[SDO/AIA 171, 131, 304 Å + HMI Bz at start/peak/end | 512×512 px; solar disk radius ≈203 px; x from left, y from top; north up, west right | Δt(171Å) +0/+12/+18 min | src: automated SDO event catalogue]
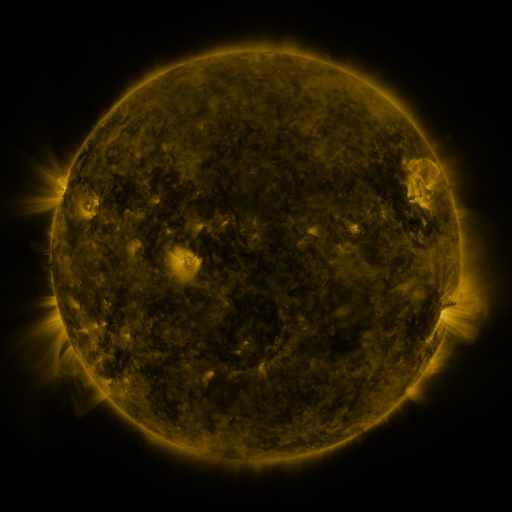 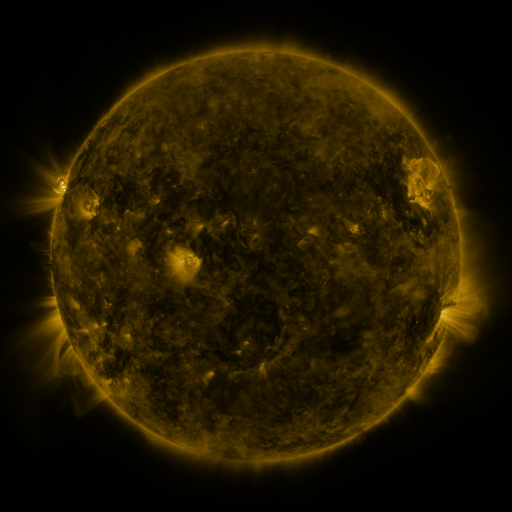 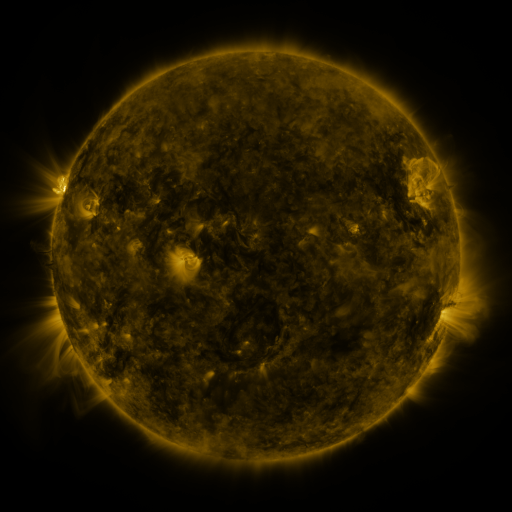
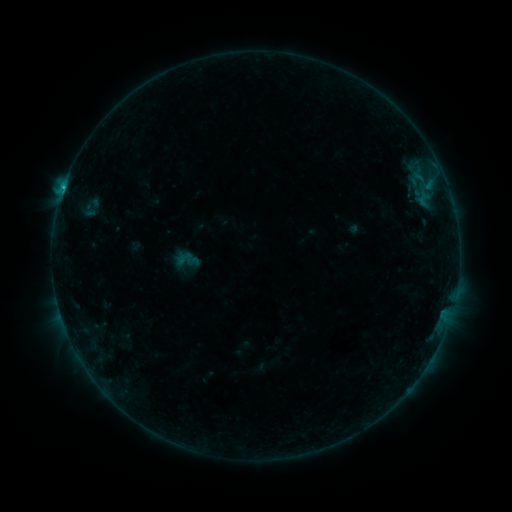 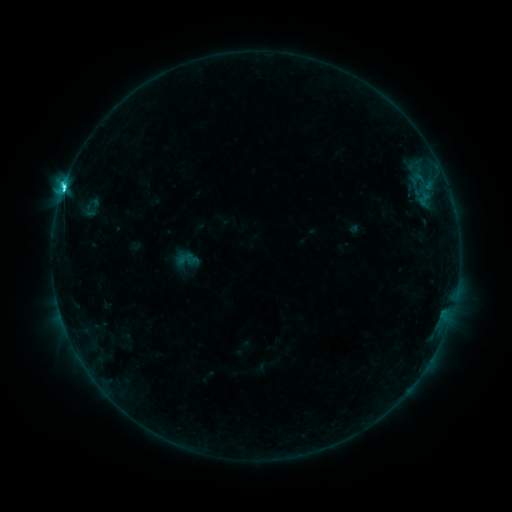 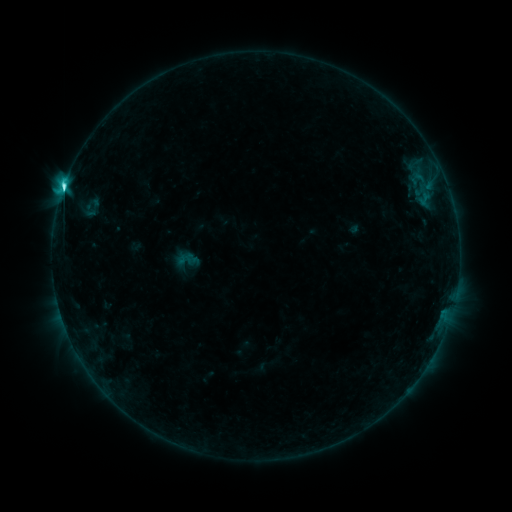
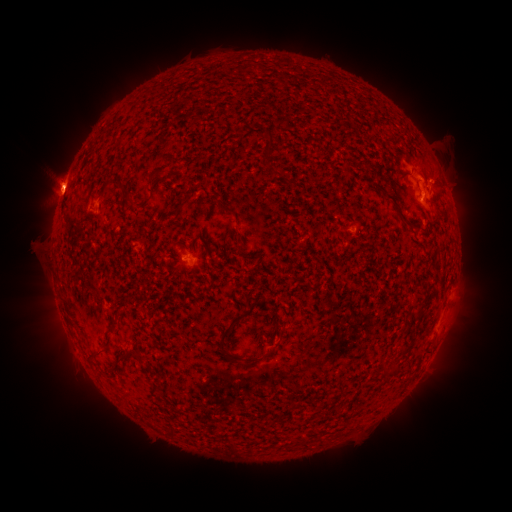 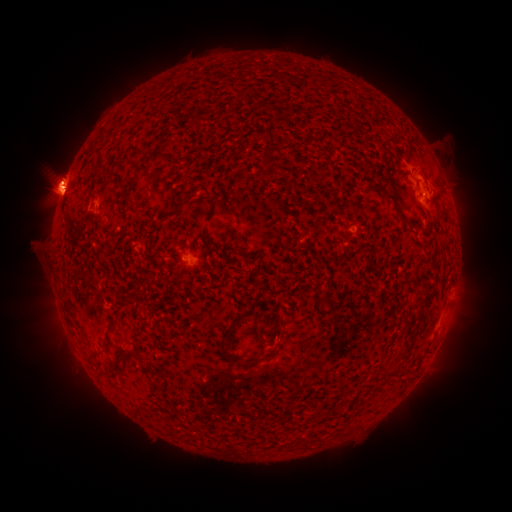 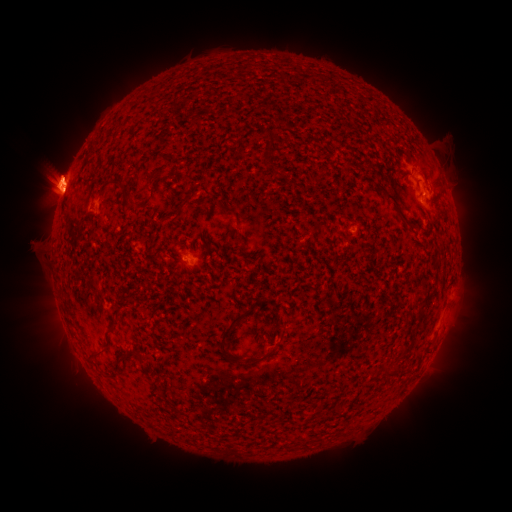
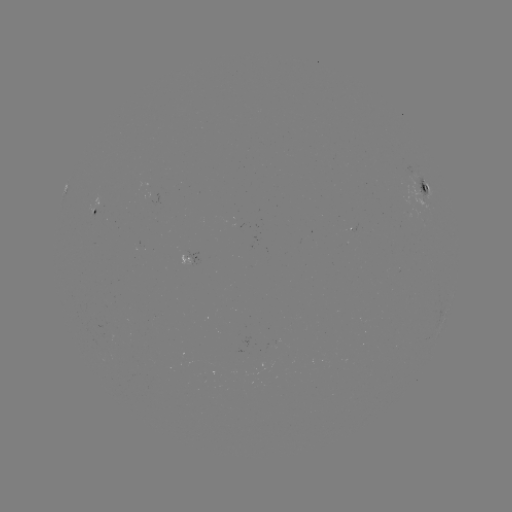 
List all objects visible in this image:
C6.1 flare: (64, 191)
